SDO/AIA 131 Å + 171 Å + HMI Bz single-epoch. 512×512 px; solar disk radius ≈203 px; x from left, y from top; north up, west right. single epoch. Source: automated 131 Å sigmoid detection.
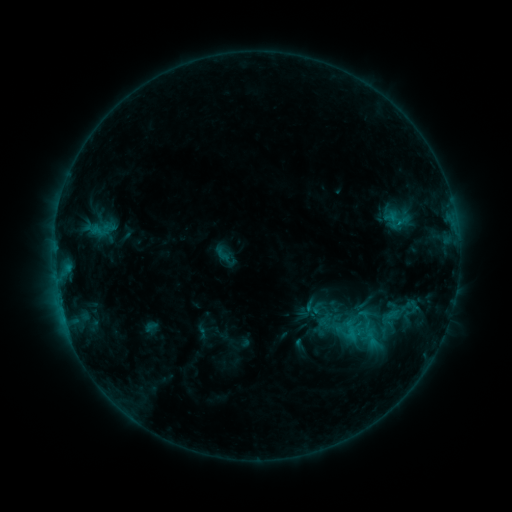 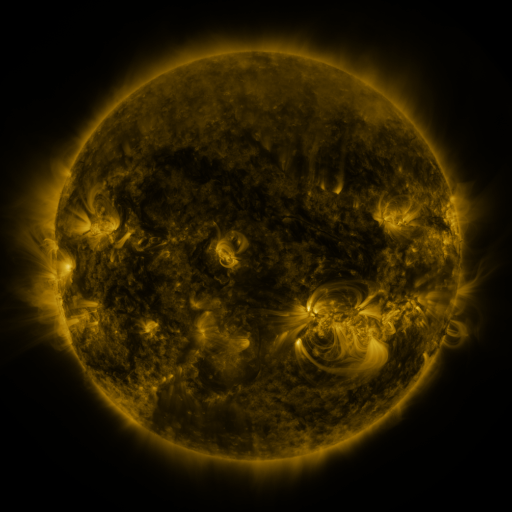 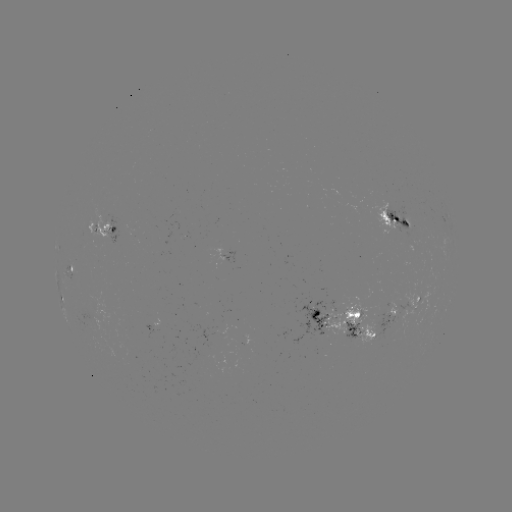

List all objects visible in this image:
sigmoid: (223, 254)
sigmoid: (354, 330)
